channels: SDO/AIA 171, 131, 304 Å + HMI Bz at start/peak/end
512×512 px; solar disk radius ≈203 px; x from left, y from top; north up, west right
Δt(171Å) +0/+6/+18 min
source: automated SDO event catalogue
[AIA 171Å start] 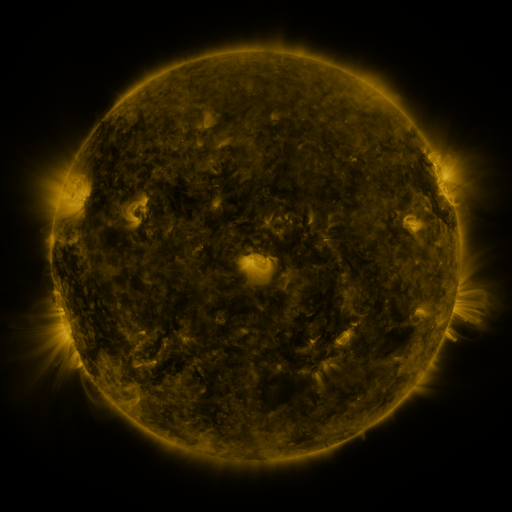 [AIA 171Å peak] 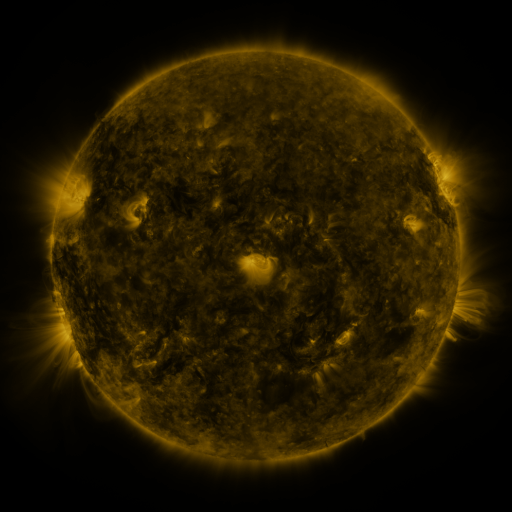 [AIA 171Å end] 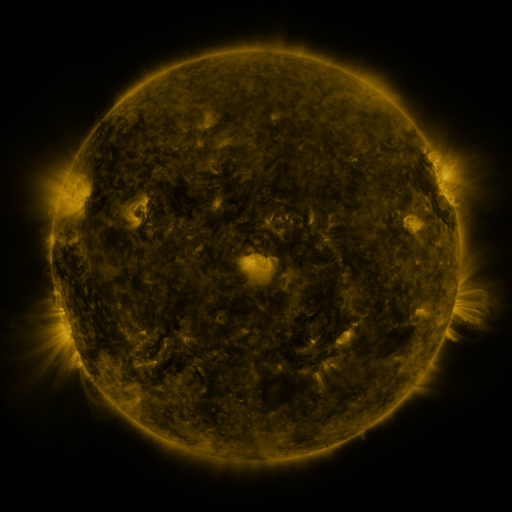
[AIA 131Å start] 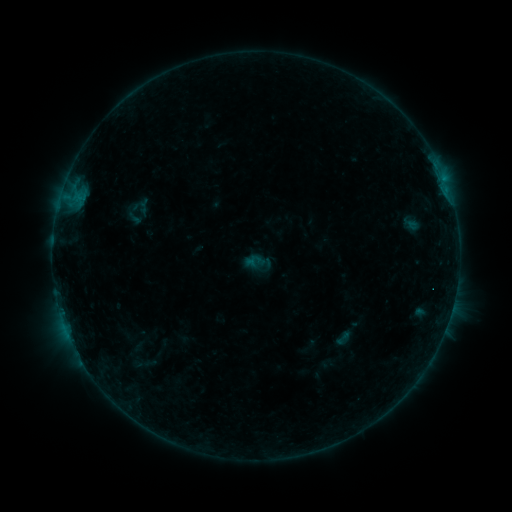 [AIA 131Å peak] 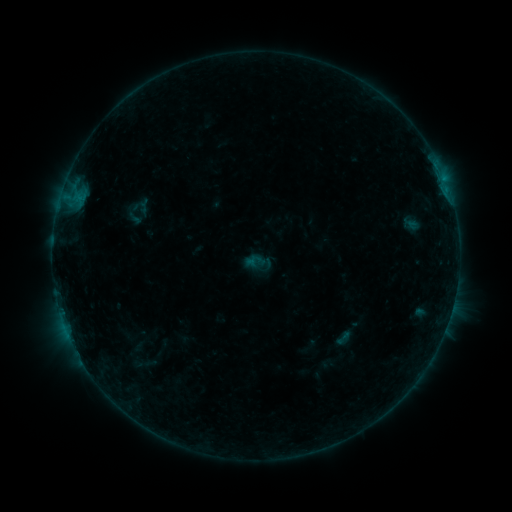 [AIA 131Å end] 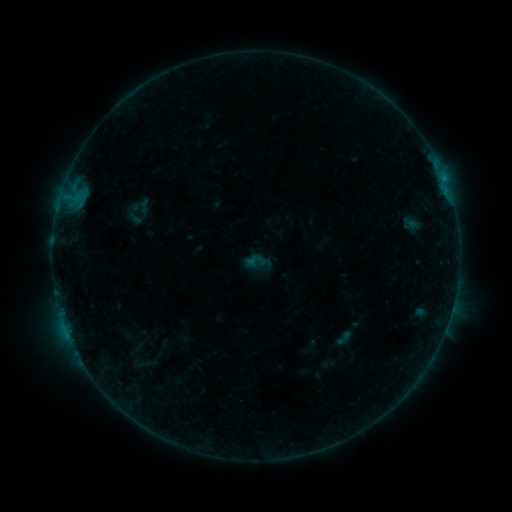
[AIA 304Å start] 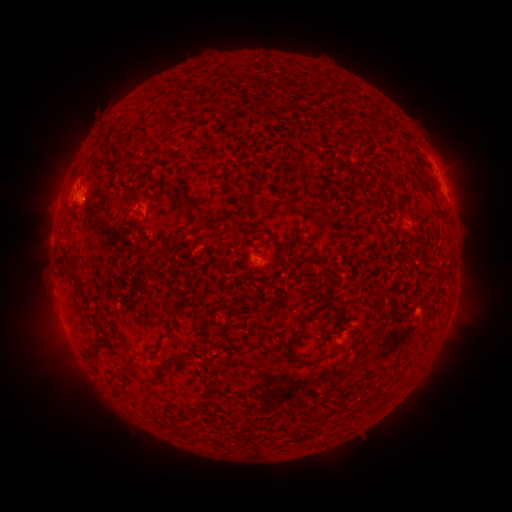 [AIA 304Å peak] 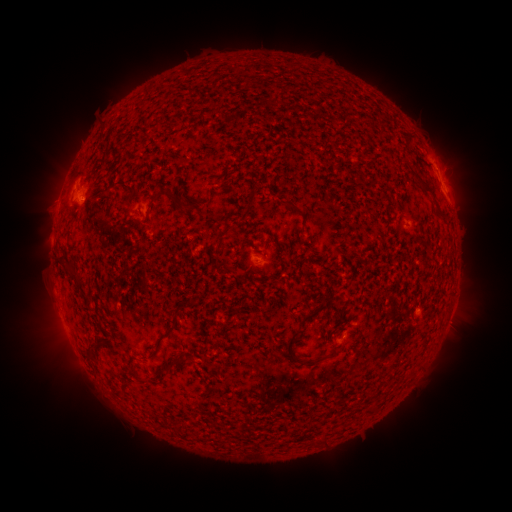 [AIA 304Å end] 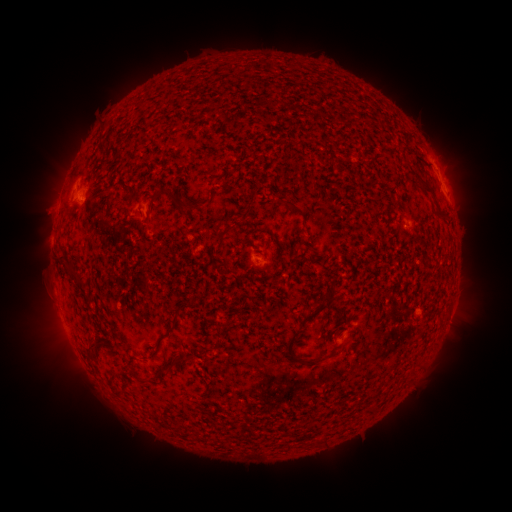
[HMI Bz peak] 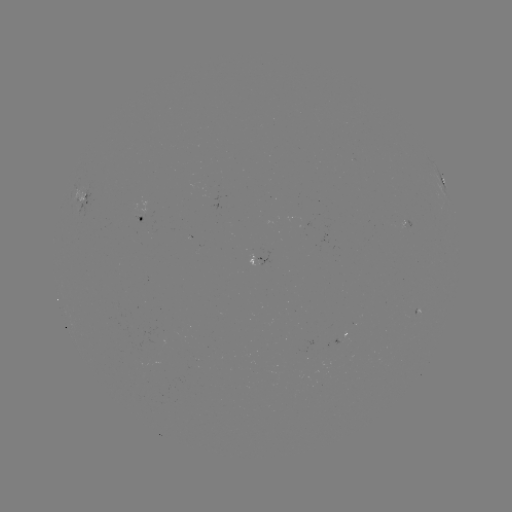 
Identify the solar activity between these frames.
no flare in any classed list; no EUV-trigger detection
